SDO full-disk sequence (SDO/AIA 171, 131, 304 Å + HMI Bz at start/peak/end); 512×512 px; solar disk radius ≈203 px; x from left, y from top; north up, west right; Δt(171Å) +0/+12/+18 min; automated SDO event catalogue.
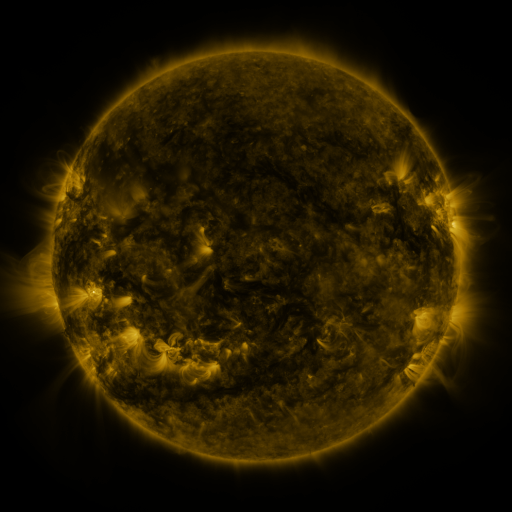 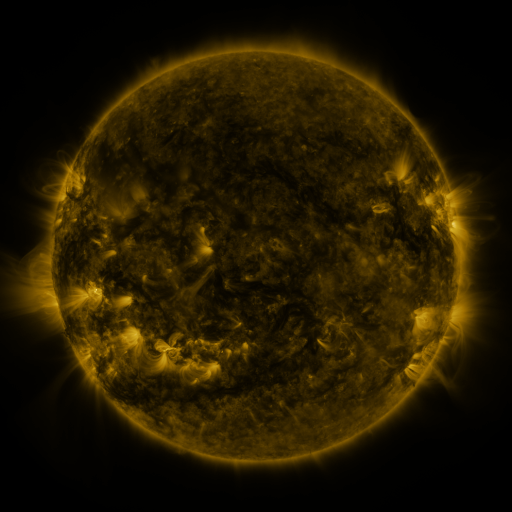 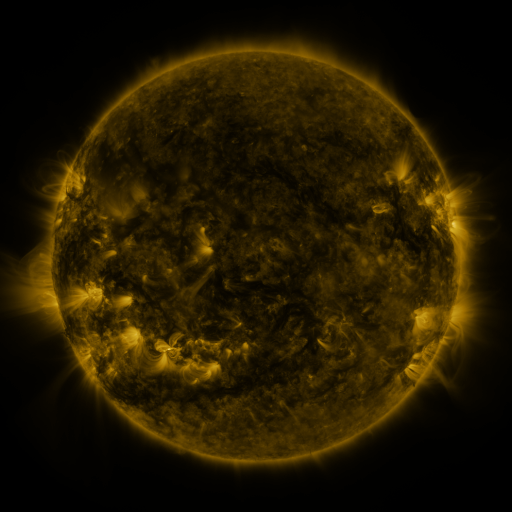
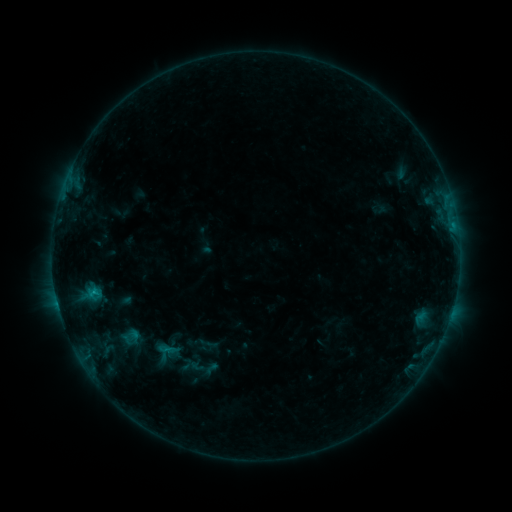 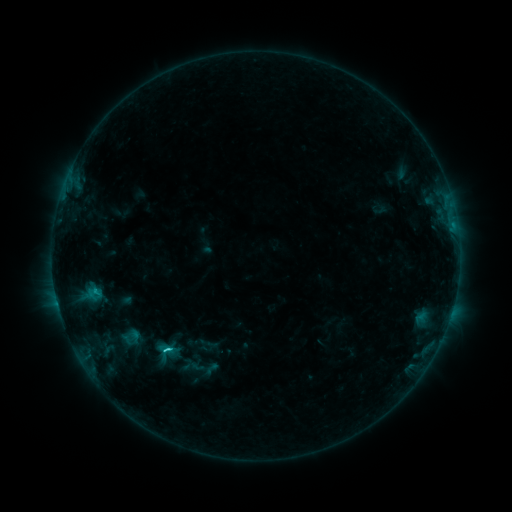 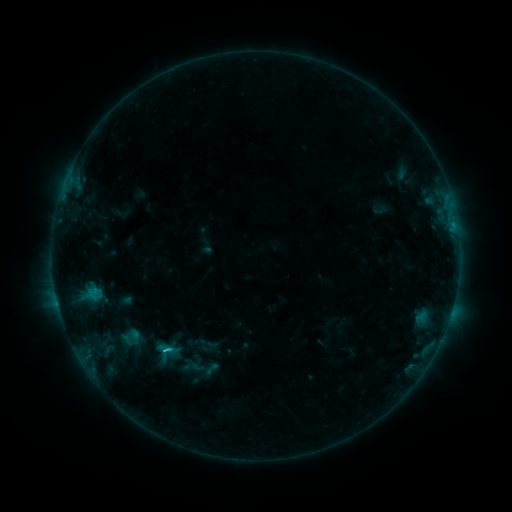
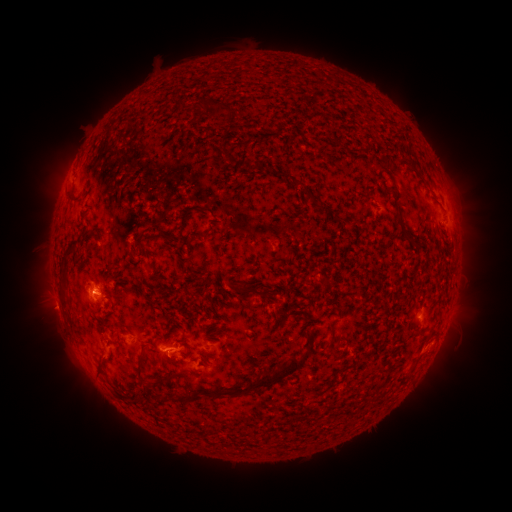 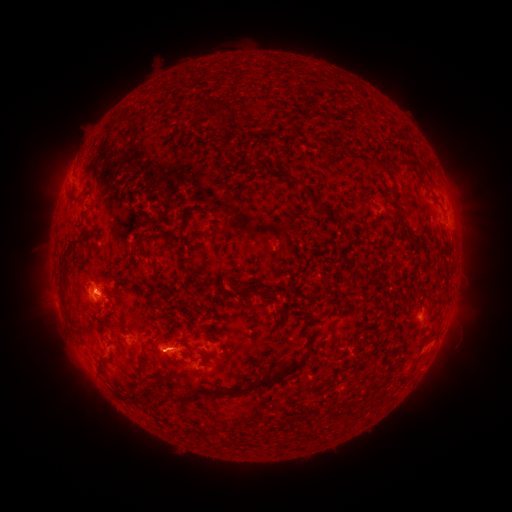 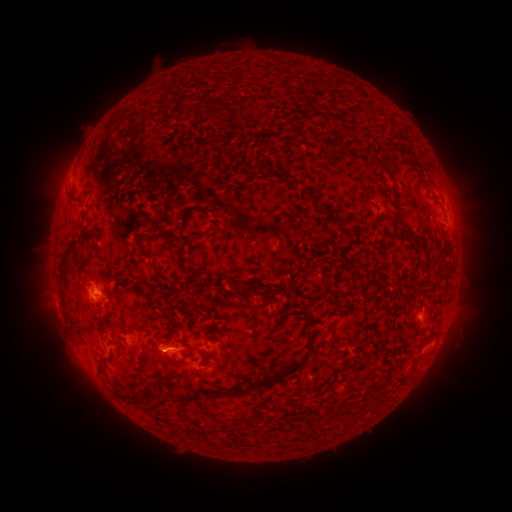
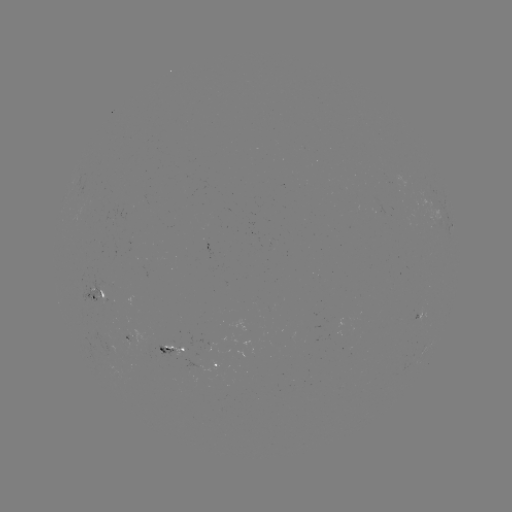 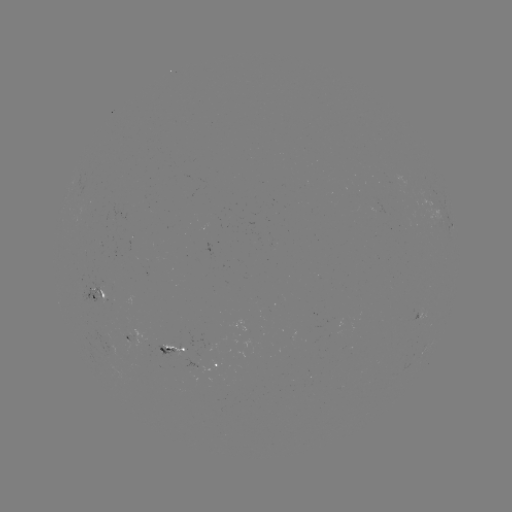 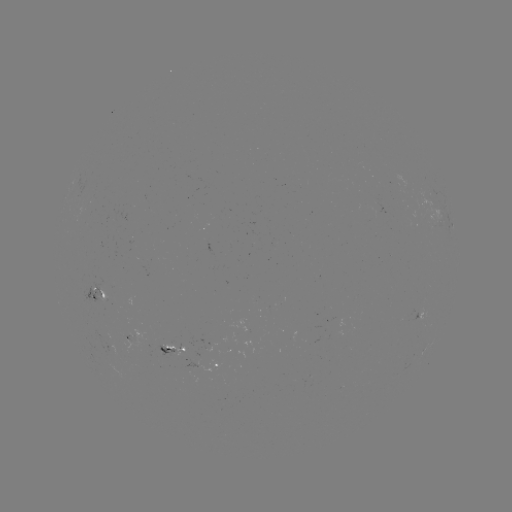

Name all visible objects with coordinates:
C1.2 flare: (166, 347)
